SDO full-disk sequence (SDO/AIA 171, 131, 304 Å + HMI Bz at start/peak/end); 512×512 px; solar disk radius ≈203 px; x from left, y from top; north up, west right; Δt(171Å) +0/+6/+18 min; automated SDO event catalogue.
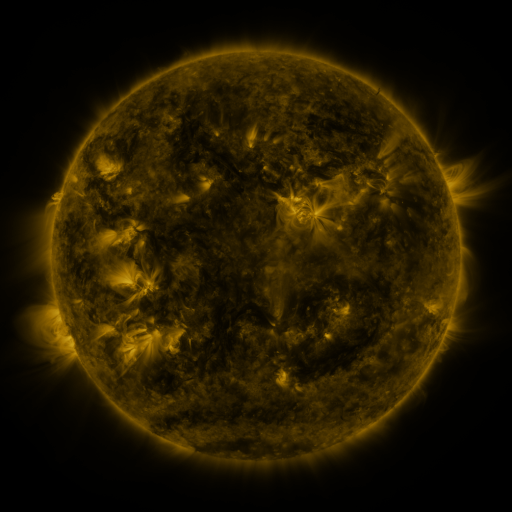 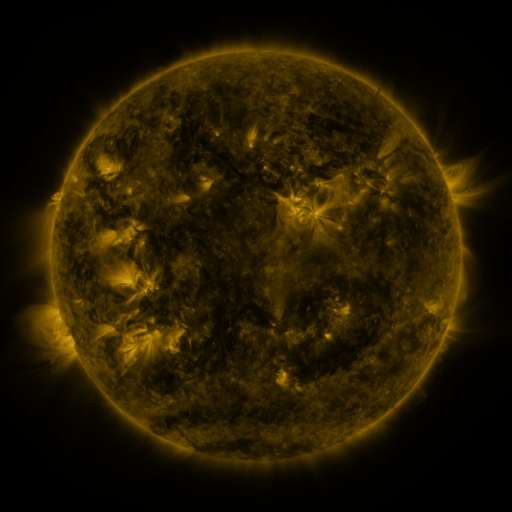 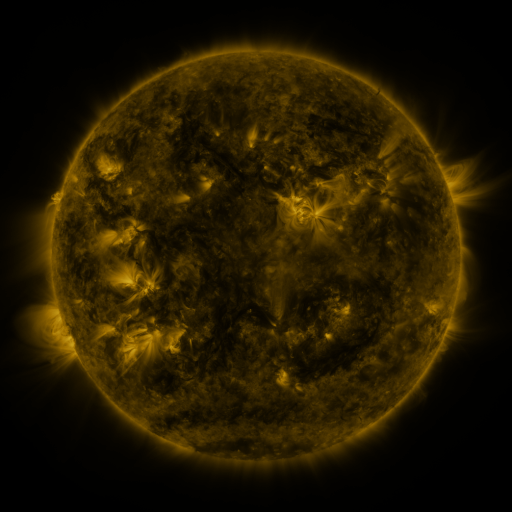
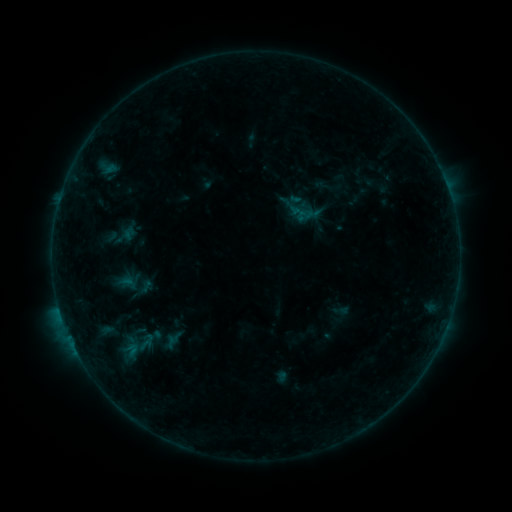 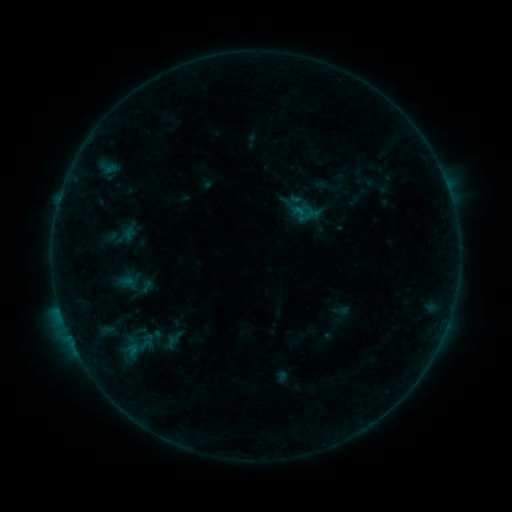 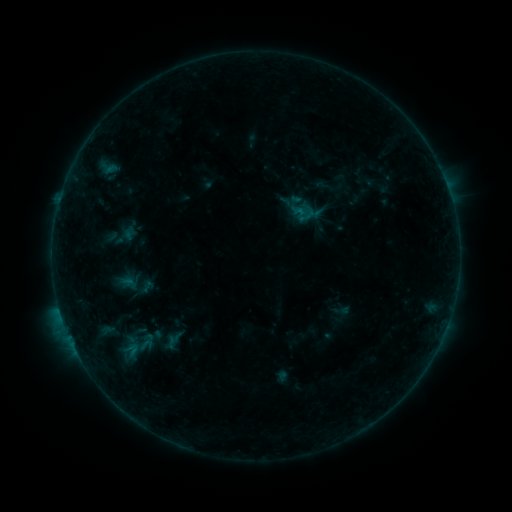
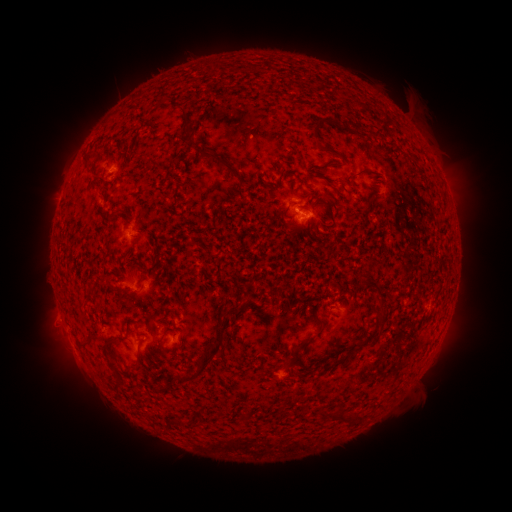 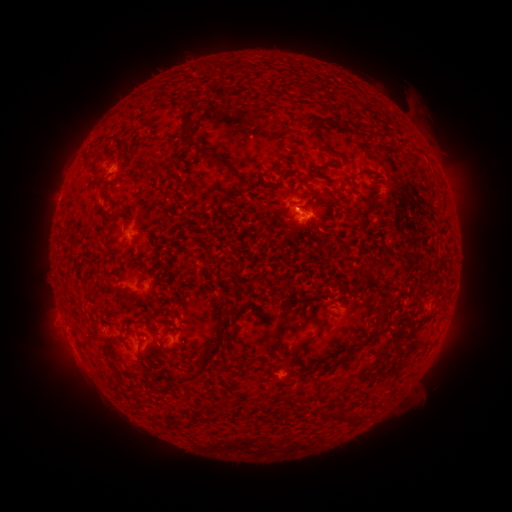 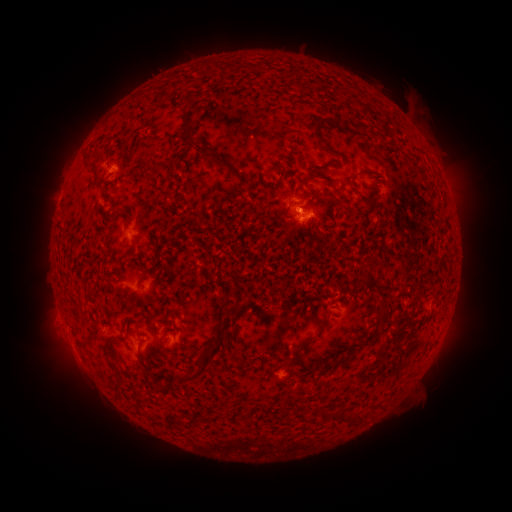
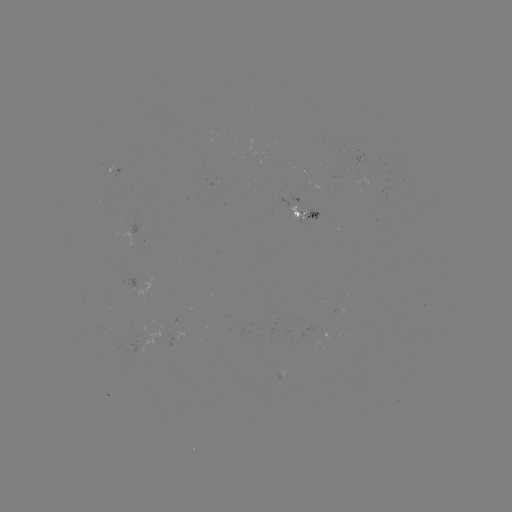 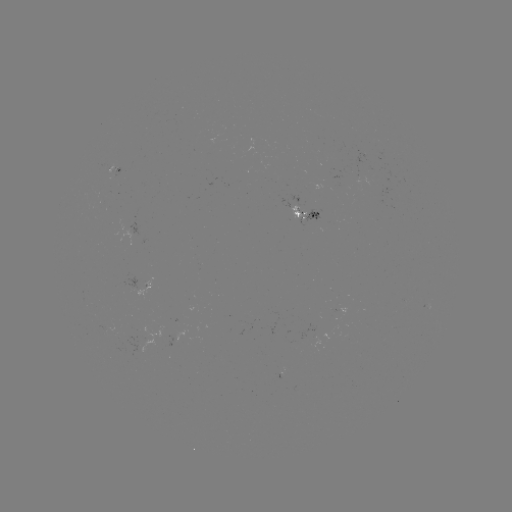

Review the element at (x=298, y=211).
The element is B3.1 flare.